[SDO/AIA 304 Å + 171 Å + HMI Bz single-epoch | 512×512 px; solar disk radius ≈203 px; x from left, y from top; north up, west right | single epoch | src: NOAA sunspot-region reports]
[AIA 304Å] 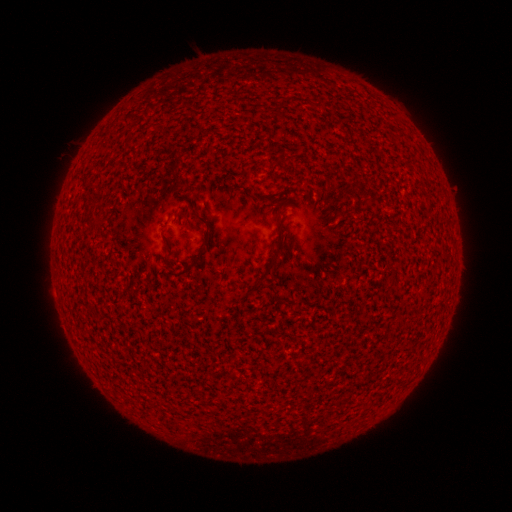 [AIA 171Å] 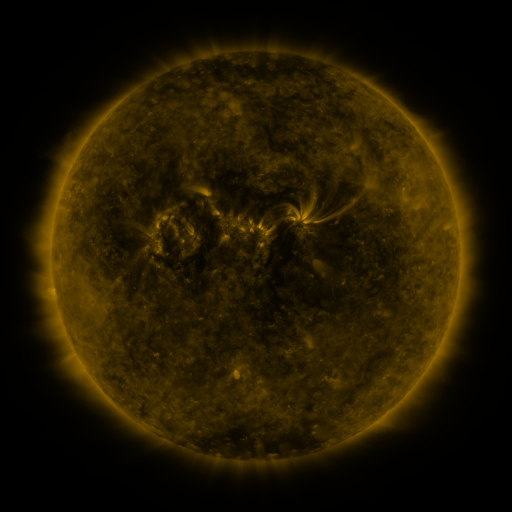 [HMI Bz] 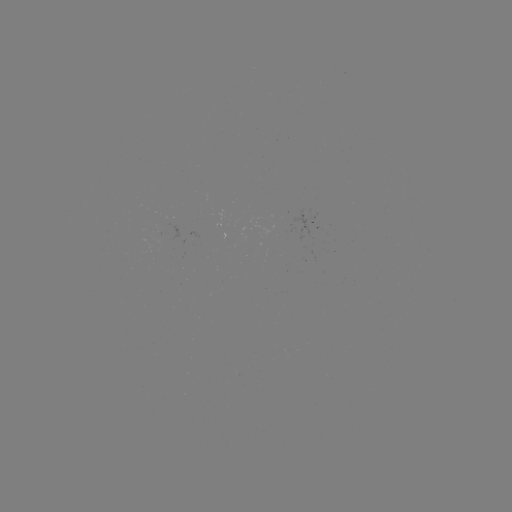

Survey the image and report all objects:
(none)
